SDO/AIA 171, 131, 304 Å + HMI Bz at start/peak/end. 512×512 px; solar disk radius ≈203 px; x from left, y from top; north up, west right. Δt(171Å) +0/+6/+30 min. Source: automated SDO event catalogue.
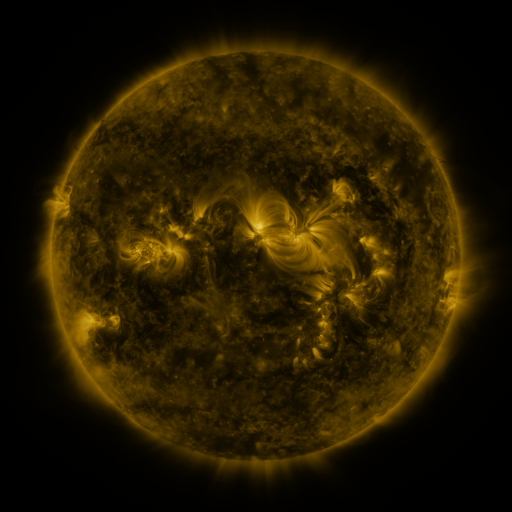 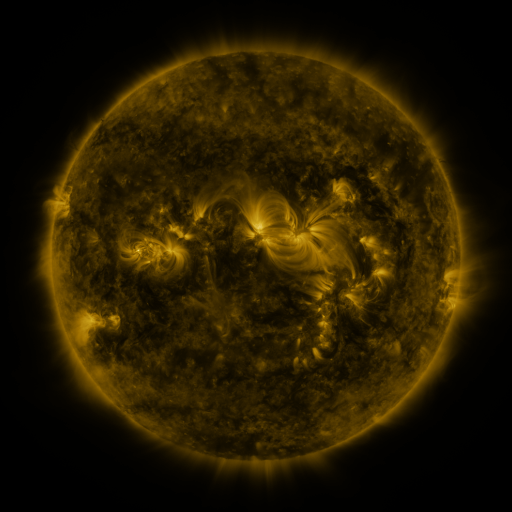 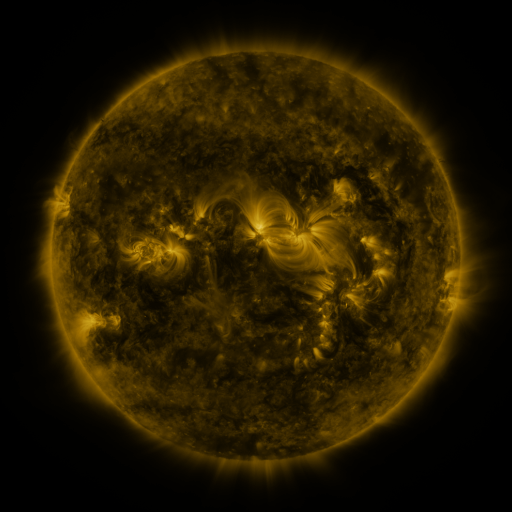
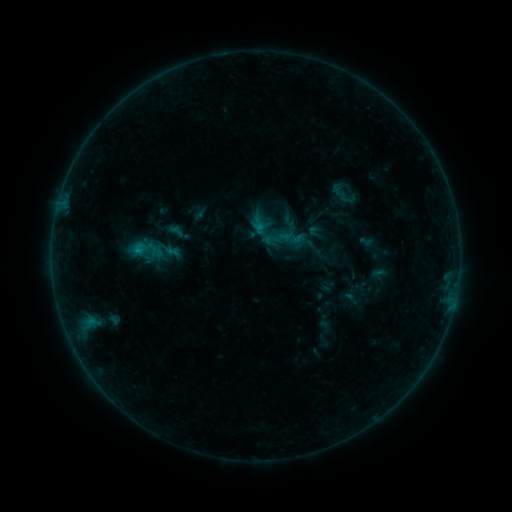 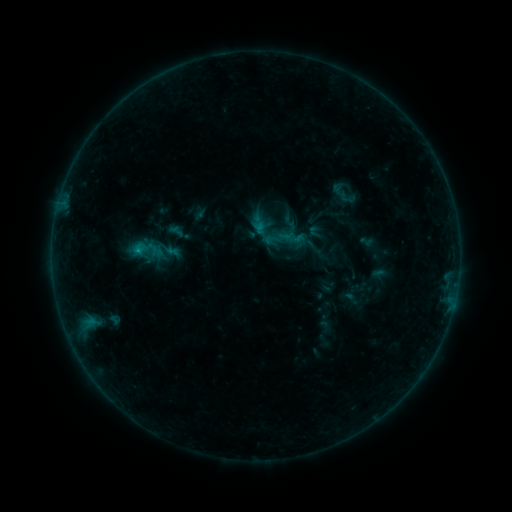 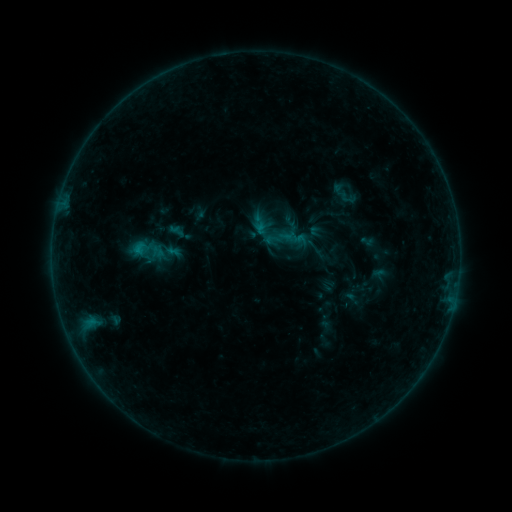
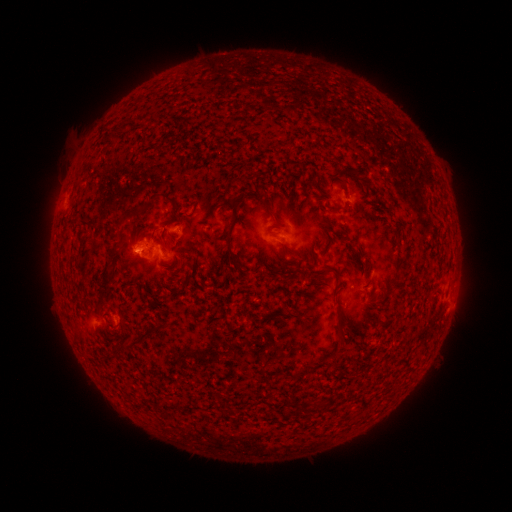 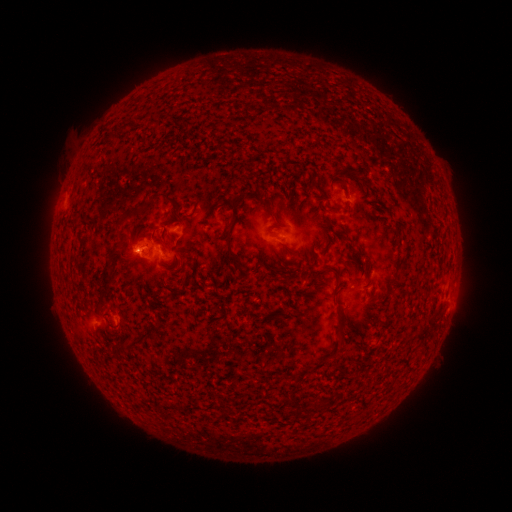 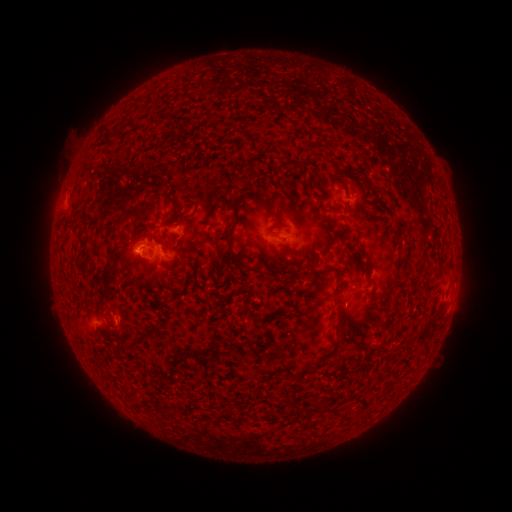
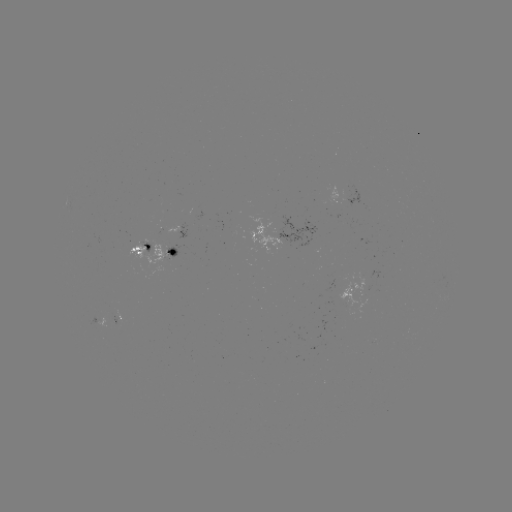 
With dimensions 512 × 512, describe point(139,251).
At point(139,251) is B5.3 flare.